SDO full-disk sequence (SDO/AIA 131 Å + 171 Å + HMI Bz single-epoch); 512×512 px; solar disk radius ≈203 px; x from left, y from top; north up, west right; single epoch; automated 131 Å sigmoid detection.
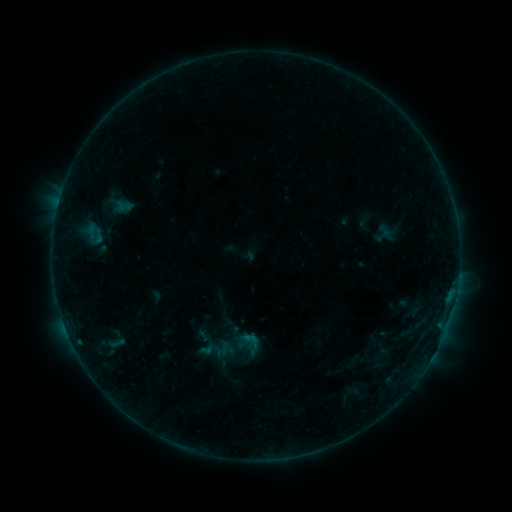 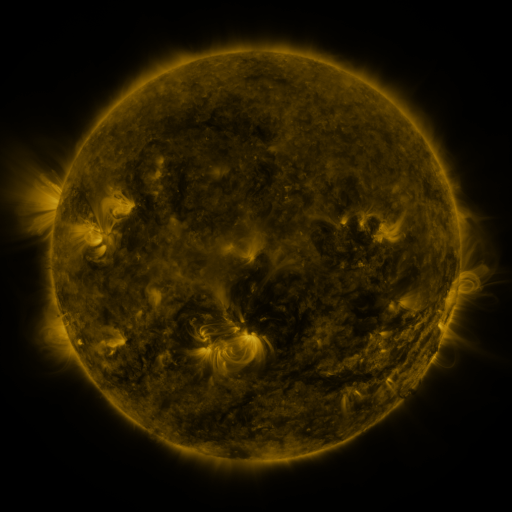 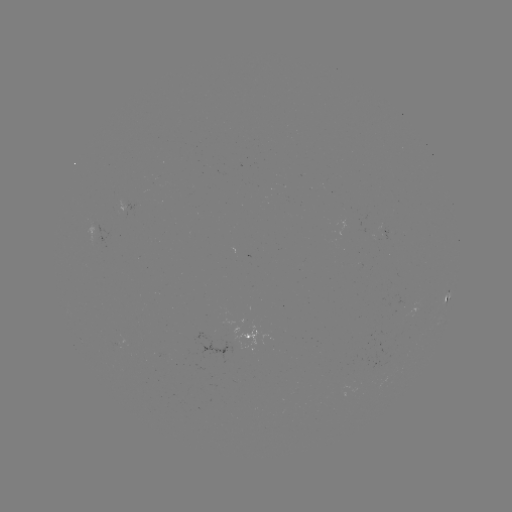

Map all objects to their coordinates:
sigmoid: [83, 219, 108, 248]
sigmoid: [368, 221, 397, 245]
sigmoid: [238, 331, 260, 352]
